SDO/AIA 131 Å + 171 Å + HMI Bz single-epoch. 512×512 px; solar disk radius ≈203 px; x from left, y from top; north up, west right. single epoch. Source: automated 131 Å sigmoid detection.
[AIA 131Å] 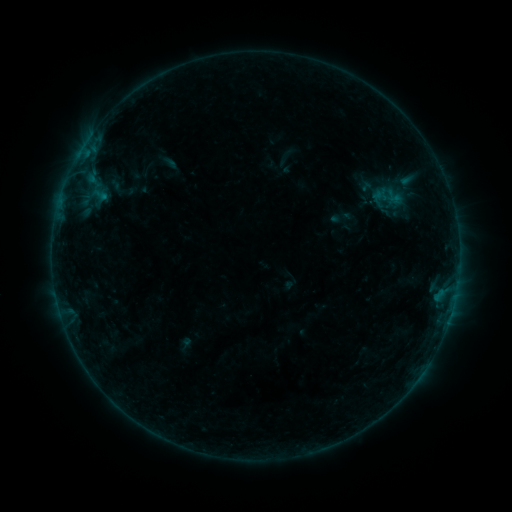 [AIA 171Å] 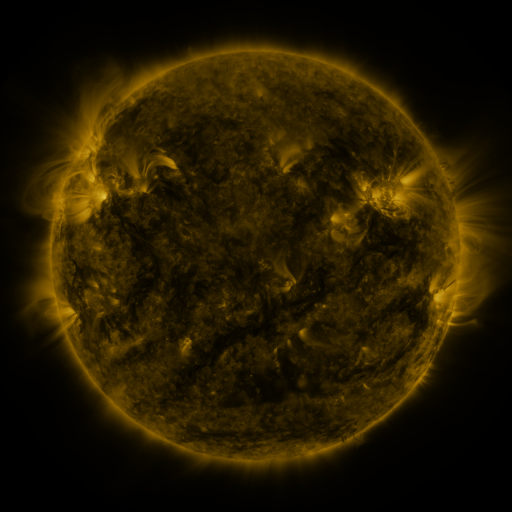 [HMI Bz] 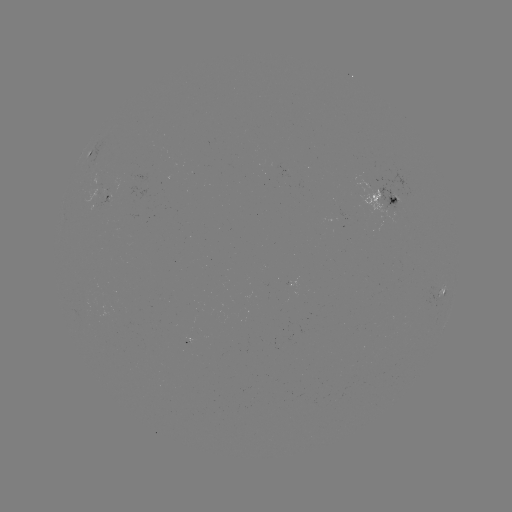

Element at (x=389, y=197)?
sigmoid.